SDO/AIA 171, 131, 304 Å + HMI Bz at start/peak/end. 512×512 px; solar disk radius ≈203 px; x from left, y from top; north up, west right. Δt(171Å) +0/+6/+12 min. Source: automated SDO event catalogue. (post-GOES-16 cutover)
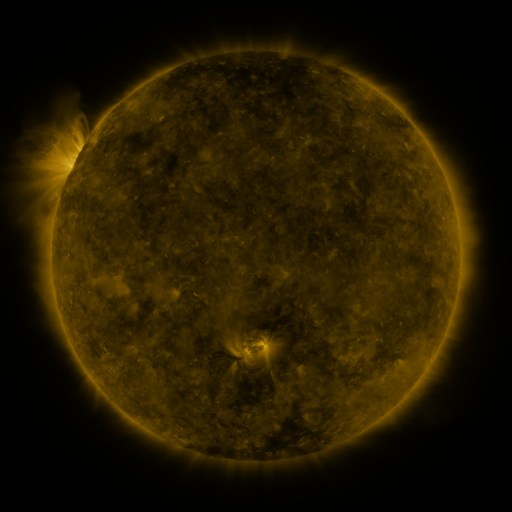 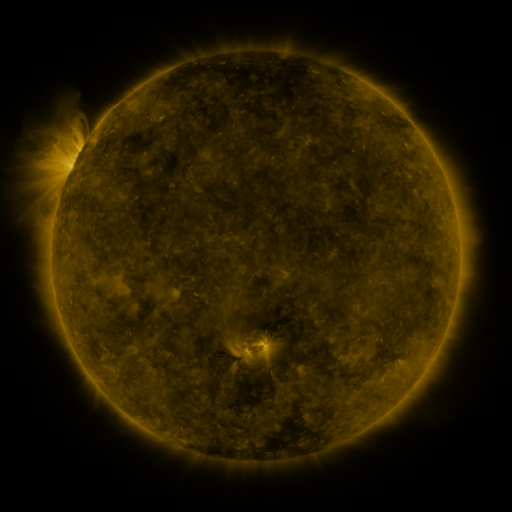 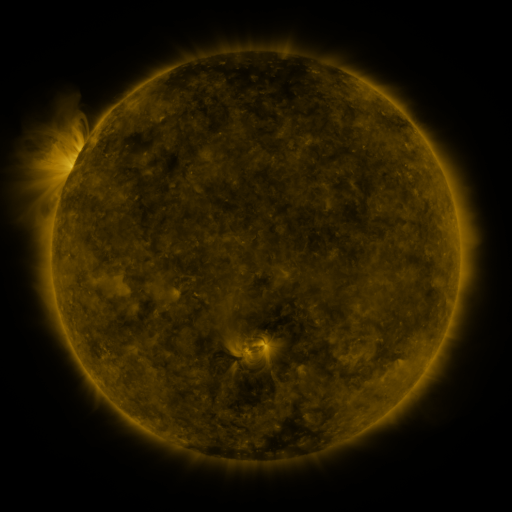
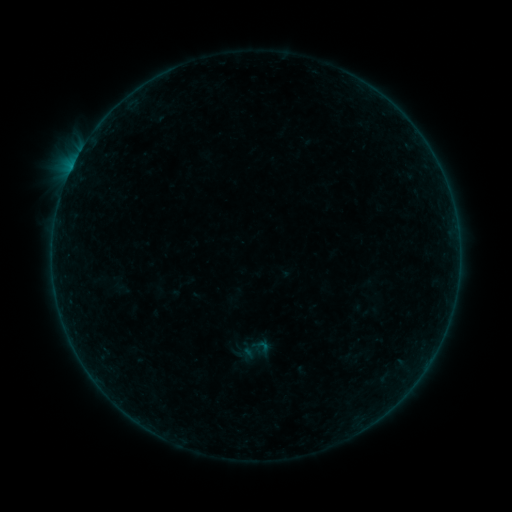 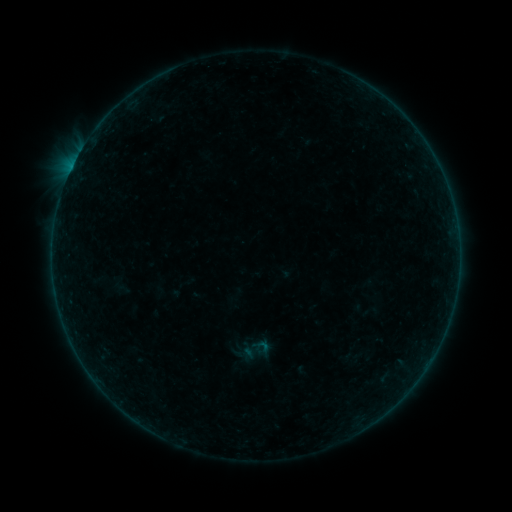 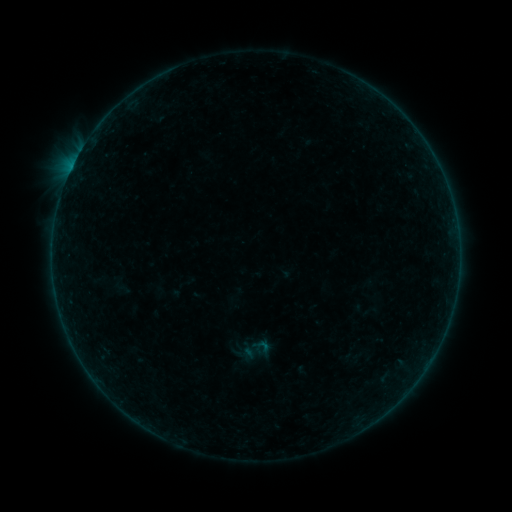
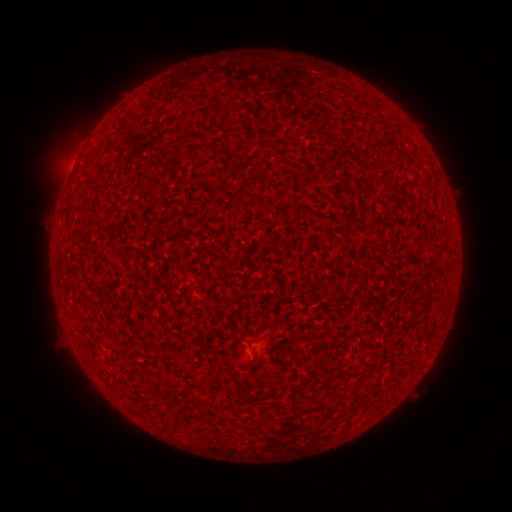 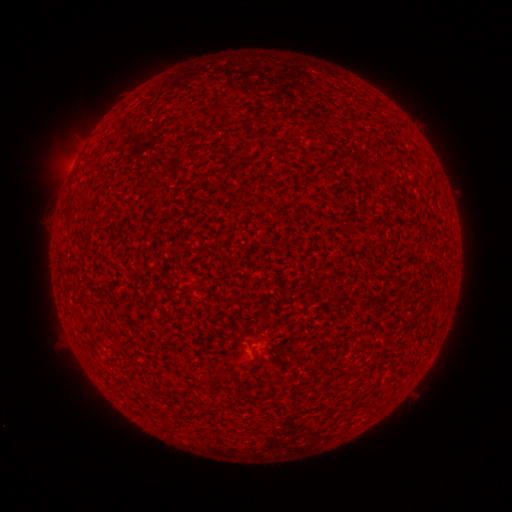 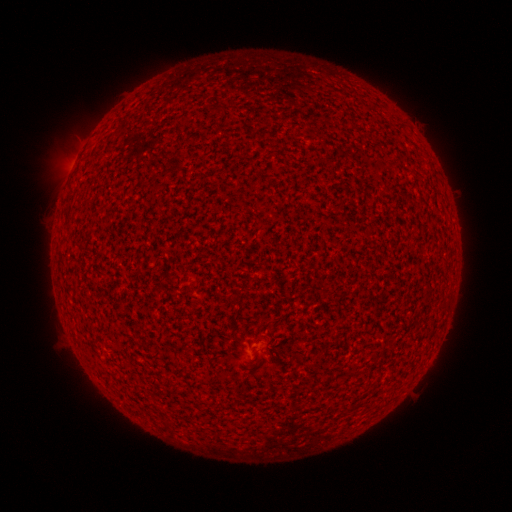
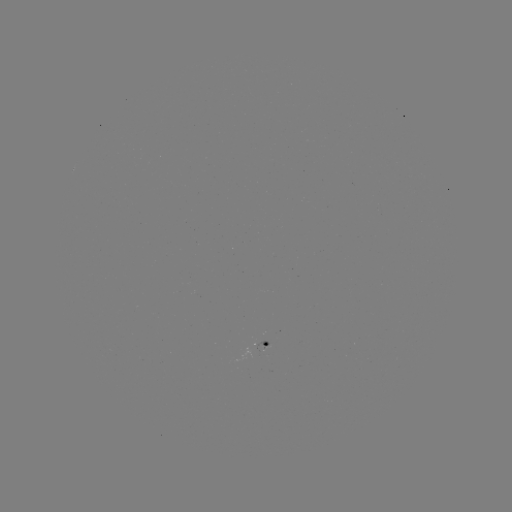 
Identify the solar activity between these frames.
A7.4 flare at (73, 168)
